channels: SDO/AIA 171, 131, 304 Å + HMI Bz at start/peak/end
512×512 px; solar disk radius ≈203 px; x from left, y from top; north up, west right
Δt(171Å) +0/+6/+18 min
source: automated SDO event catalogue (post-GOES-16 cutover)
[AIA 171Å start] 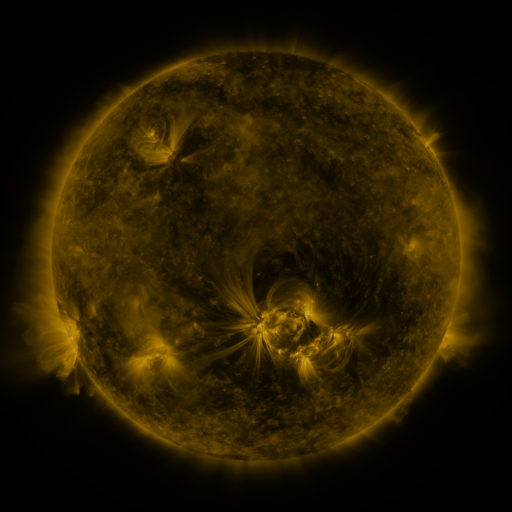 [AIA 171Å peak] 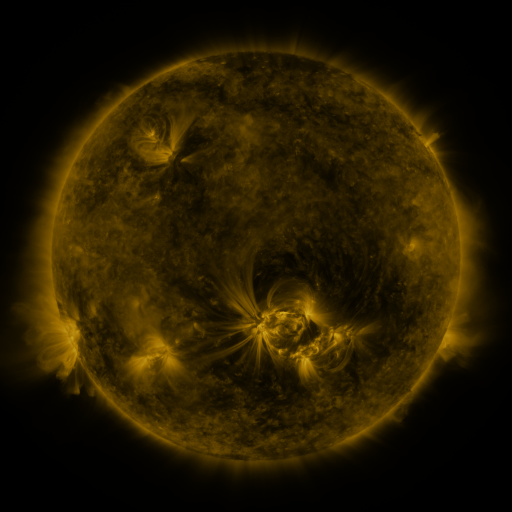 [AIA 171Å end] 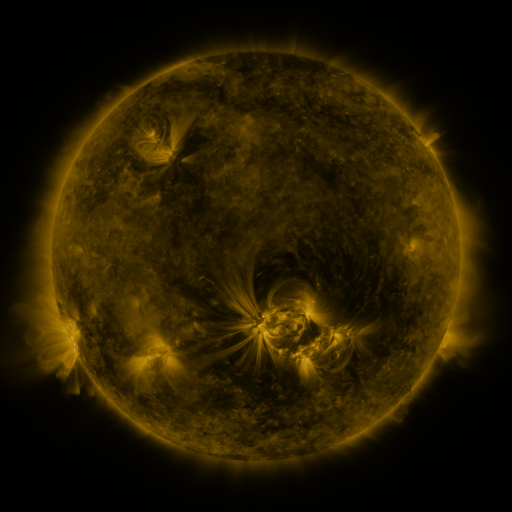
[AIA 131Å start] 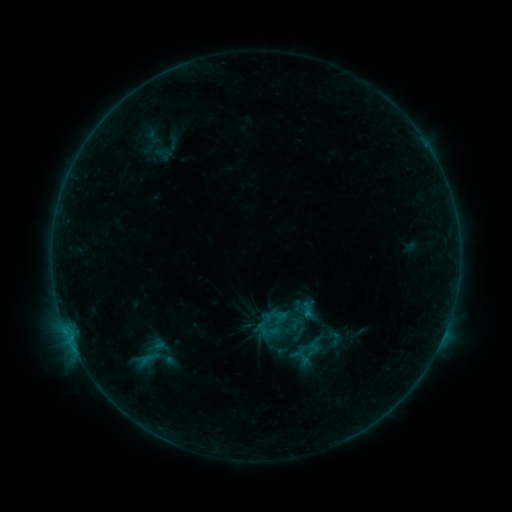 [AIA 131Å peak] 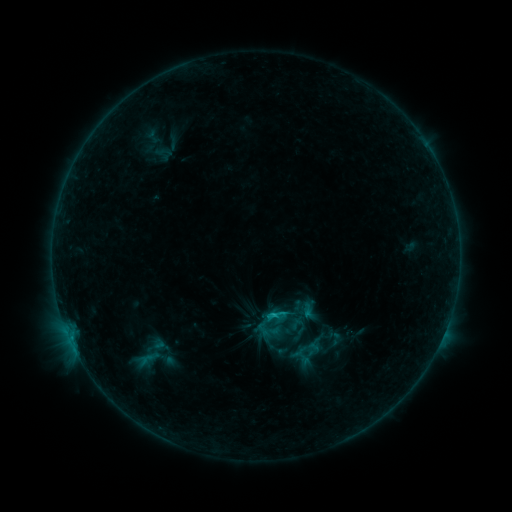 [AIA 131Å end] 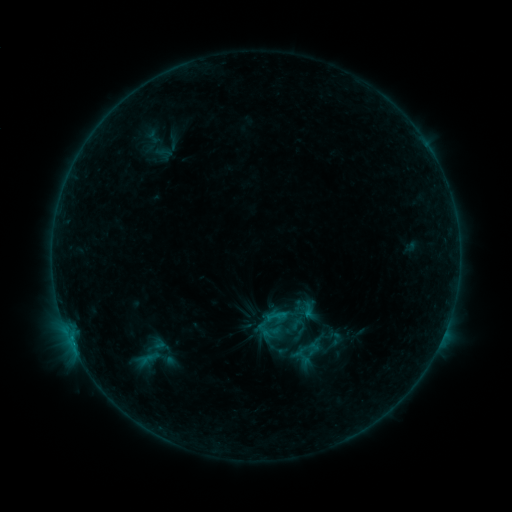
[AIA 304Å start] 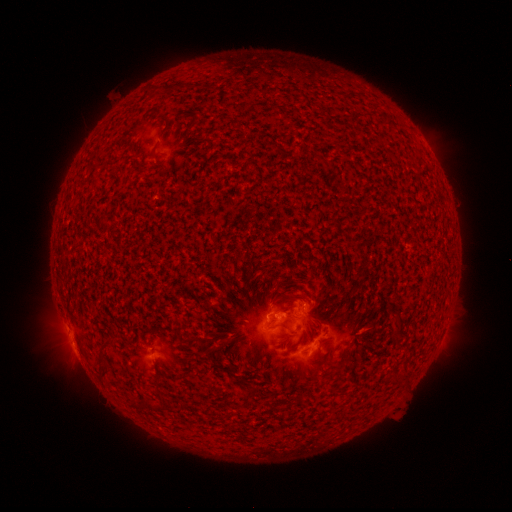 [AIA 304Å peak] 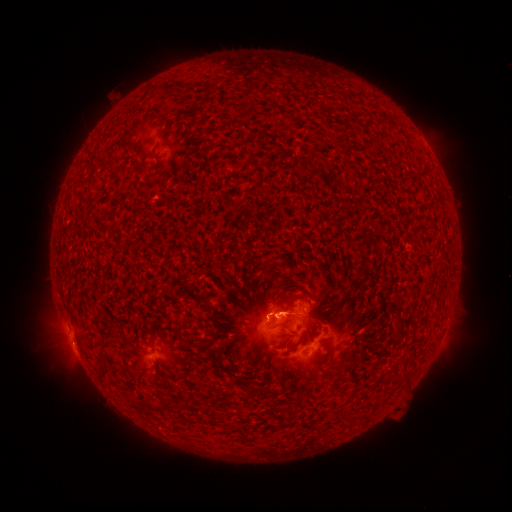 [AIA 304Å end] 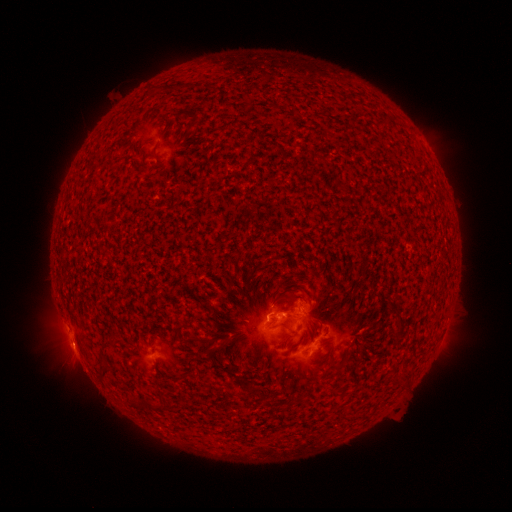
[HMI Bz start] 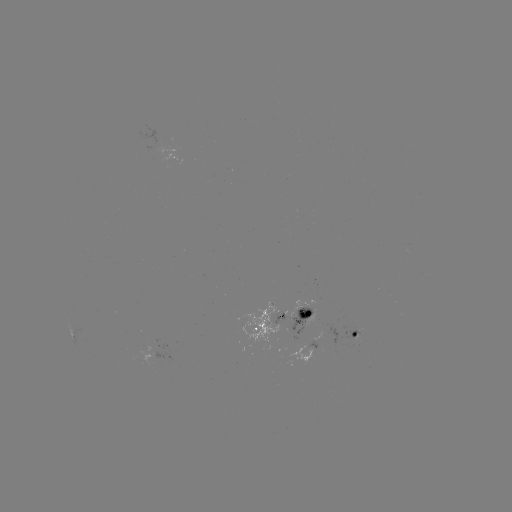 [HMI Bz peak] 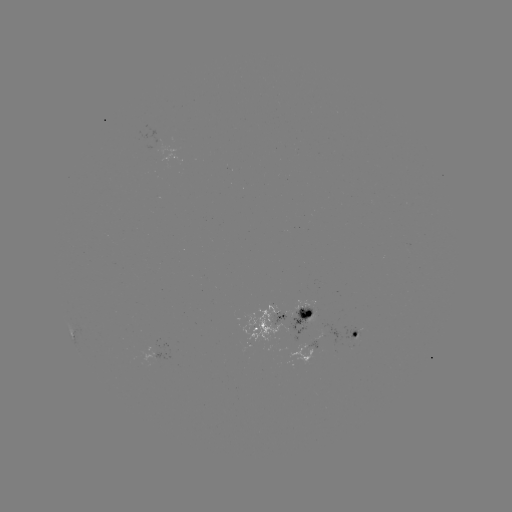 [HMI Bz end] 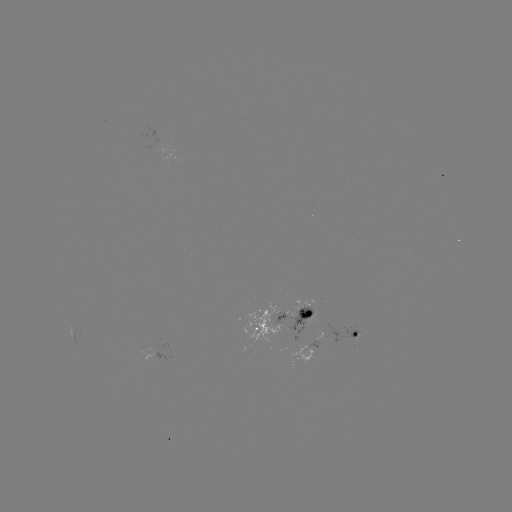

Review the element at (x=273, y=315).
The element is B8.8 flare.